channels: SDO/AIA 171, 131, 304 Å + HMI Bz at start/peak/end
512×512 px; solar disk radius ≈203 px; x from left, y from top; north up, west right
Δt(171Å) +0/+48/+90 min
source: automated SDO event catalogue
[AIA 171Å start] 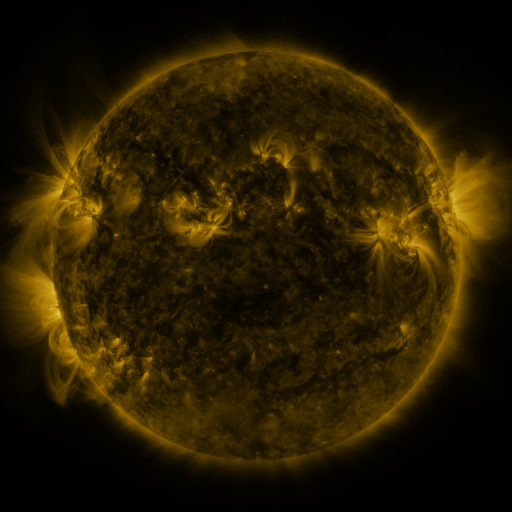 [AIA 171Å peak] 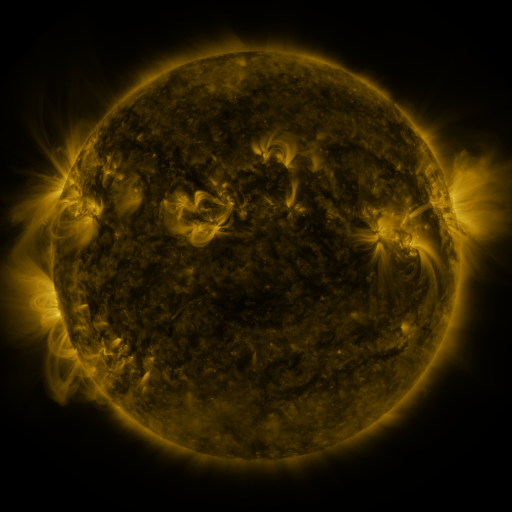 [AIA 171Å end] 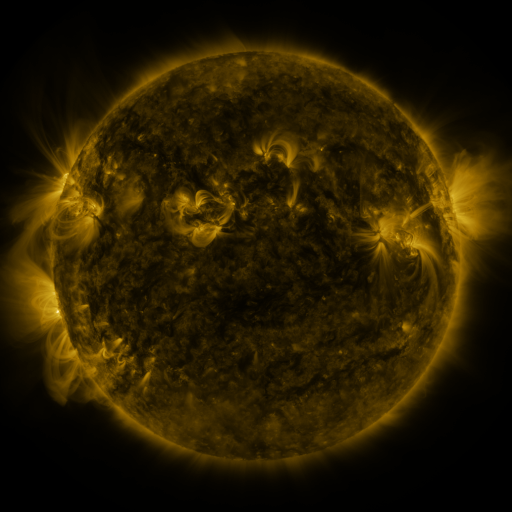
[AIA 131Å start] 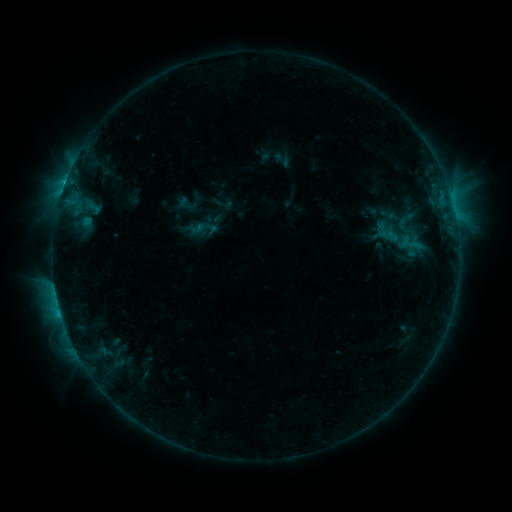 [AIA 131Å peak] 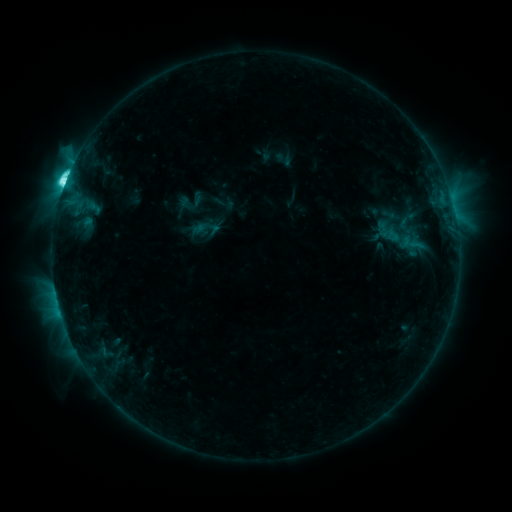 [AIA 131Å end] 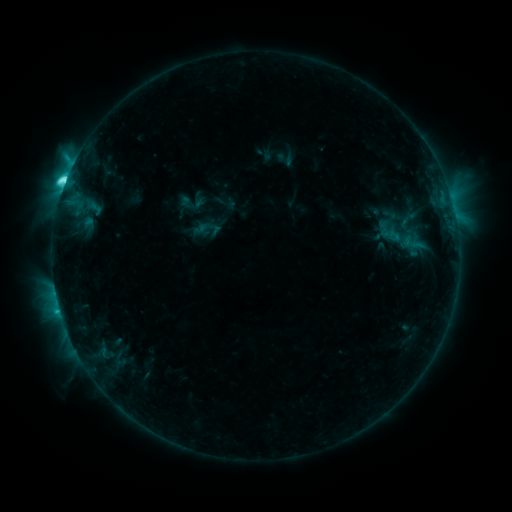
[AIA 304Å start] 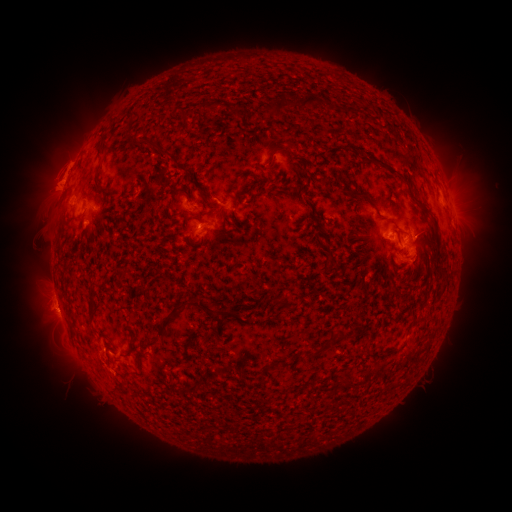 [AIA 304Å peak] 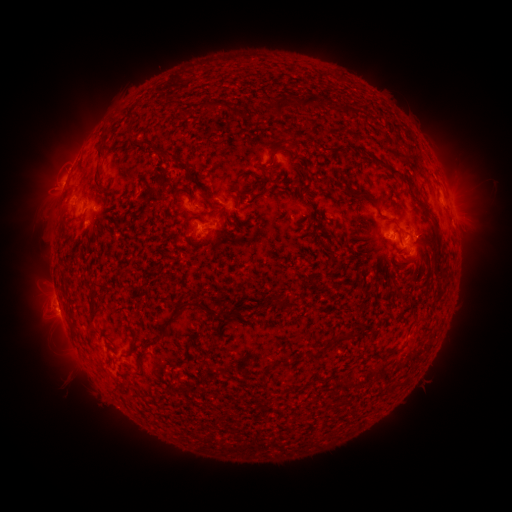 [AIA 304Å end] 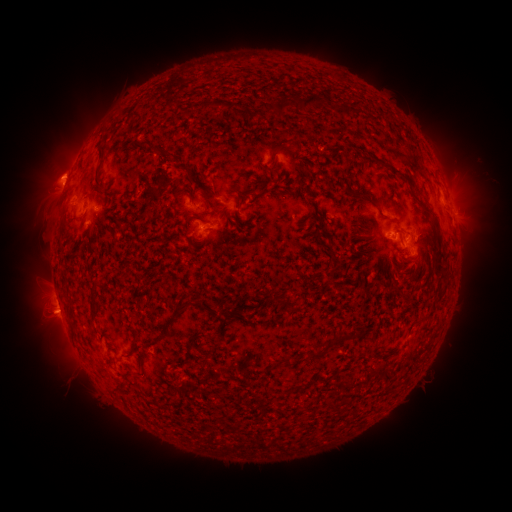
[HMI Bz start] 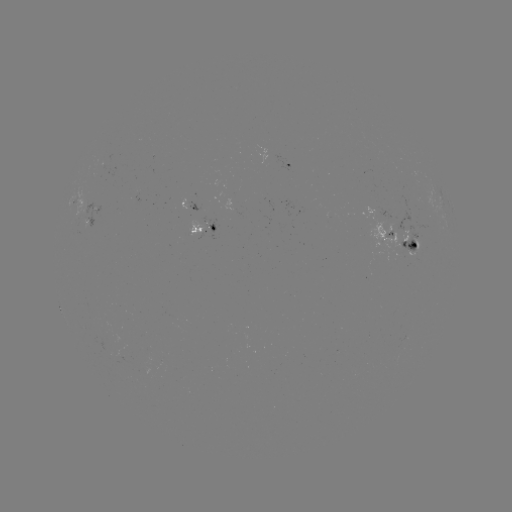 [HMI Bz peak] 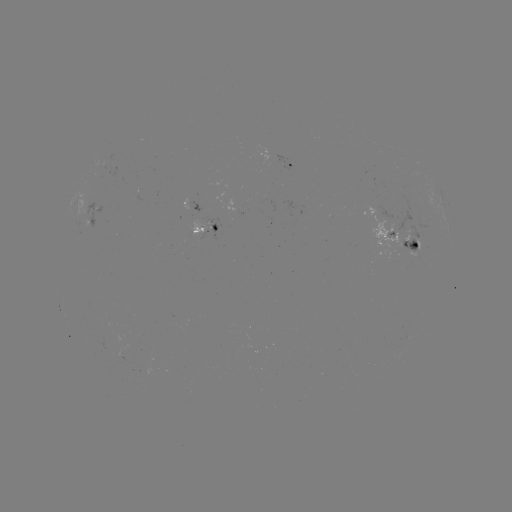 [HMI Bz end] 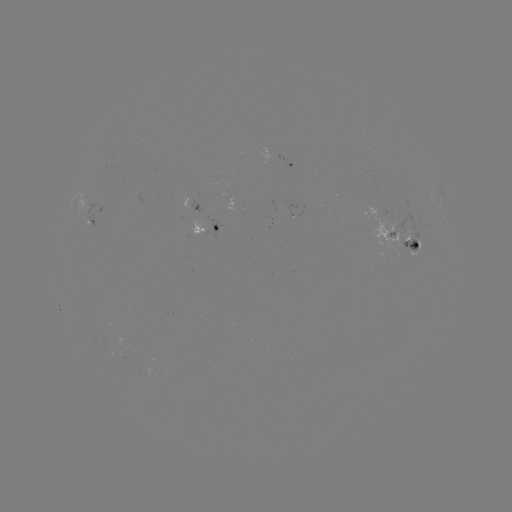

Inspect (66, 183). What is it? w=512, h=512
M1.4 flare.